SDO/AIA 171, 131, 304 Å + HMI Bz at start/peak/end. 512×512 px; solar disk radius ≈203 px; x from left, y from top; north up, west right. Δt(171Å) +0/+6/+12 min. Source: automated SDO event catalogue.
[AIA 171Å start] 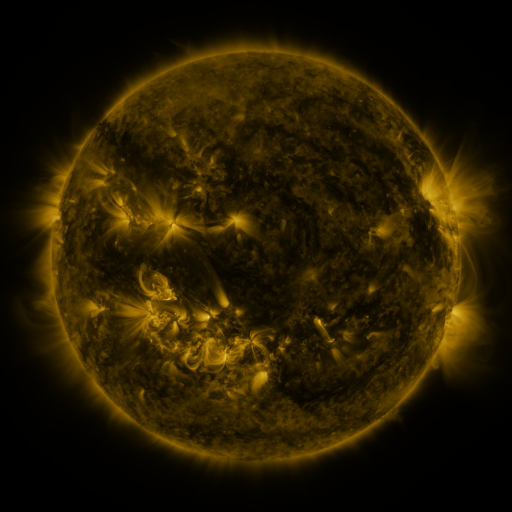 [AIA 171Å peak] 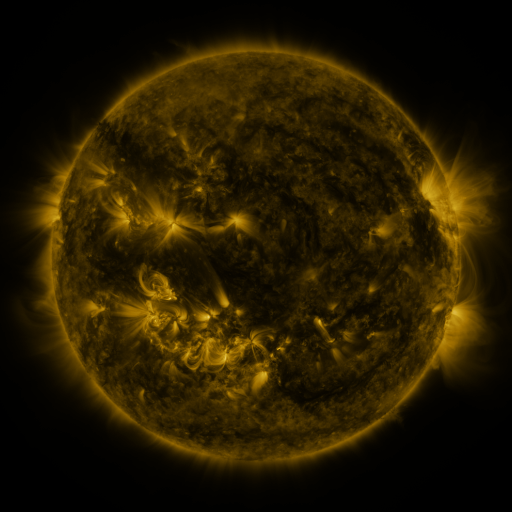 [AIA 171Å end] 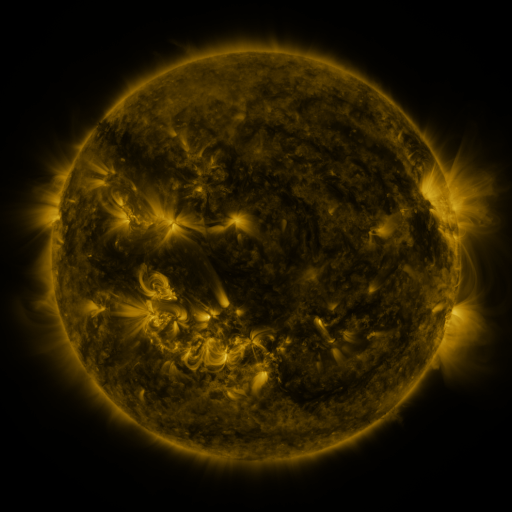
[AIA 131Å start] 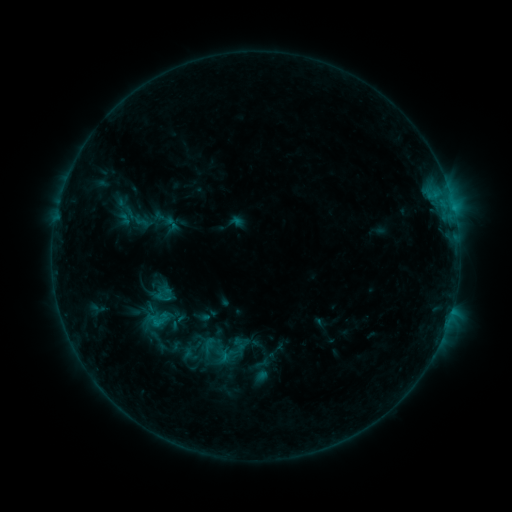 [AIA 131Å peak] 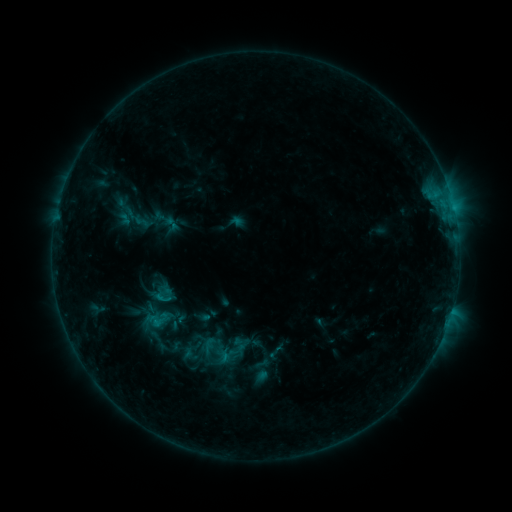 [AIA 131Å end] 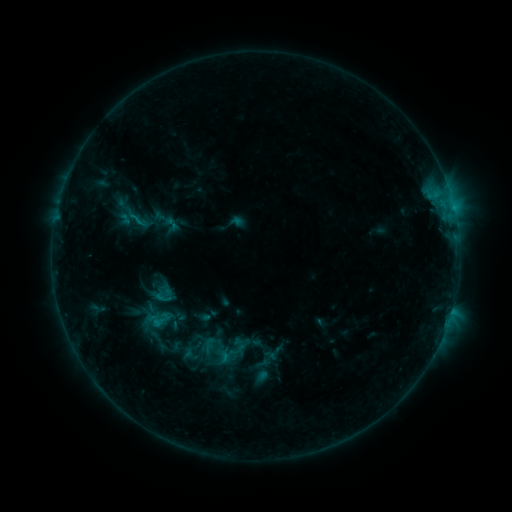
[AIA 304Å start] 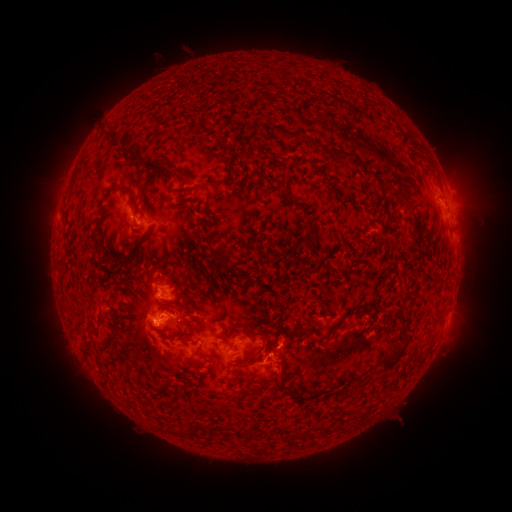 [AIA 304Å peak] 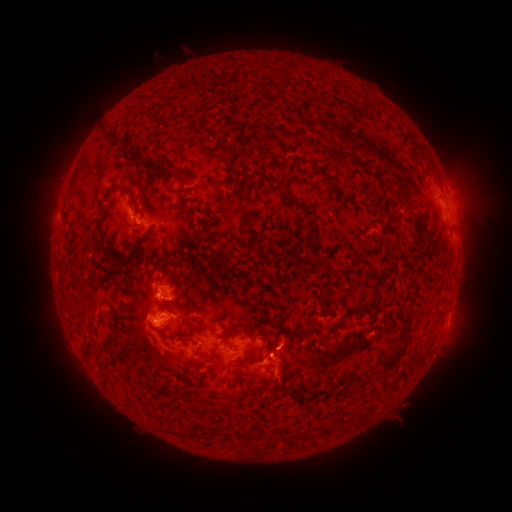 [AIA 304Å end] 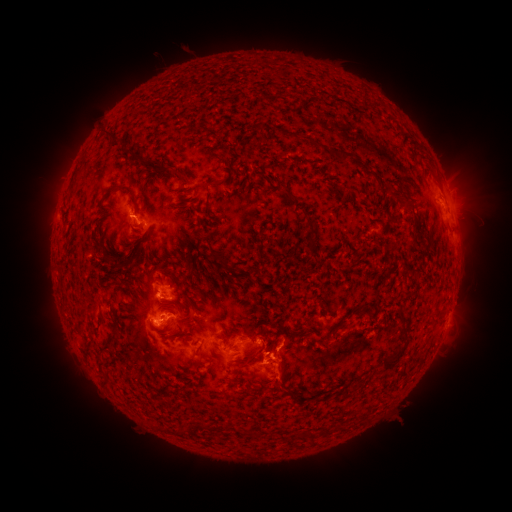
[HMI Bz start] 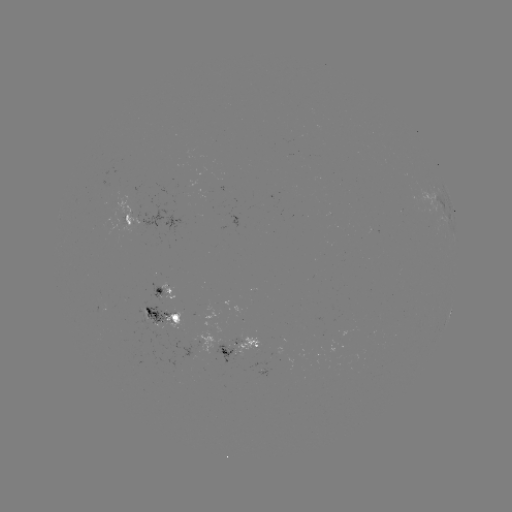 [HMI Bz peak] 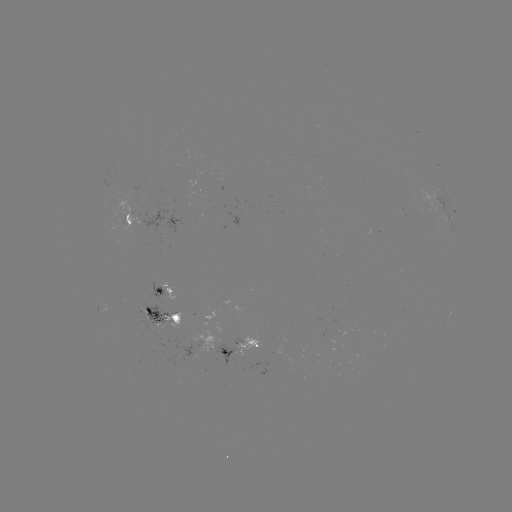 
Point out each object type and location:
eruption: (282, 365)
